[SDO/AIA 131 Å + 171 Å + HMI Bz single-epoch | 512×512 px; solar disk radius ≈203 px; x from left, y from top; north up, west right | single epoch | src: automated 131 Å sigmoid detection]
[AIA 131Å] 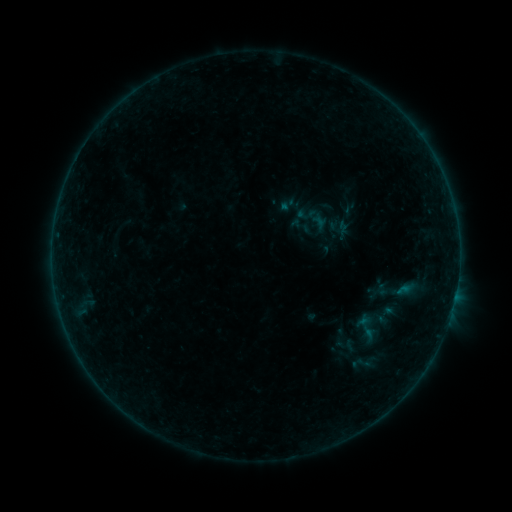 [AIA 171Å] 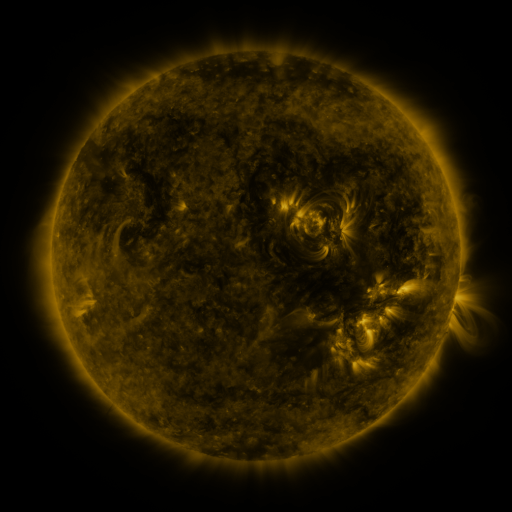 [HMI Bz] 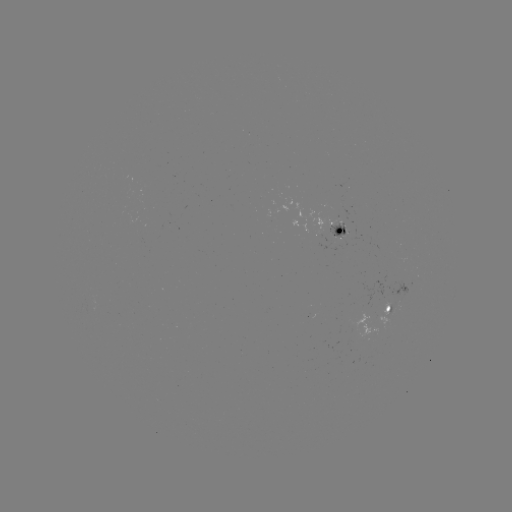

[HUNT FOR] sigmoid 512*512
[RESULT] [371, 327]